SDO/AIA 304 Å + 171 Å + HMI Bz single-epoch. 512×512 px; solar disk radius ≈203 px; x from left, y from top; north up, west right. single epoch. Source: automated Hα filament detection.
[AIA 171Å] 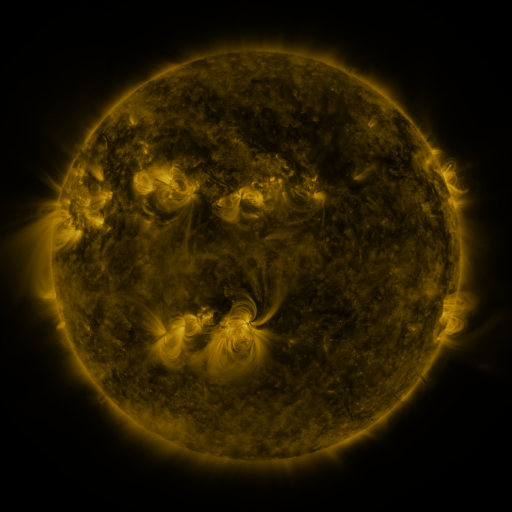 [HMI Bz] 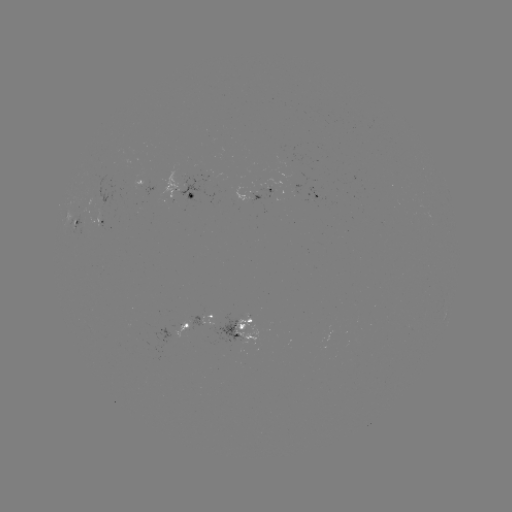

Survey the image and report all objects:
filament: <bbox>192, 89, 203, 99</bbox>
filament: <bbox>206, 101, 269, 148</bbox>
filament: <bbox>98, 131, 113, 159</bbox>
filament: <bbox>82, 156, 95, 194</bbox>
filament: <bbox>285, 157, 301, 183</bbox>
filament: <bbox>192, 159, 233, 191</bbox>
filament: <bbox>393, 160, 405, 169</bbox>
filament: <bbox>125, 169, 133, 195</bbox>
filament: <bbox>378, 172, 394, 193</bbox>
filament: <bbox>149, 182, 162, 205</bbox>
filament: <bbox>70, 197, 81, 216</bbox>
filament: <bbox>77, 223, 93, 243</bbox>
filament: <bbox>304, 240, 315, 248</bbox>
filament: <bbox>374, 256, 391, 270</bbox>
filament: <bbox>214, 303, 241, 325</bbox>
filament: <bbox>205, 306, 216, 315</bbox>
filament: <bbox>172, 309, 182, 325</bbox>
filament: <bbox>254, 310, 262, 320</bbox>
filament: <bbox>131, 314, 146, 331</bbox>
filament: <bbox>408, 326, 424, 334</bbox>
filament: <bbox>384, 345, 399, 354</bbox>
filament: <bbox>367, 357, 382, 368</bbox>
filament: <bbox>176, 373, 183, 383</bbox>
filament: <bbox>118, 375, 130, 388</bbox>
filament: <bbox>338, 390, 357, 425</bbox>
